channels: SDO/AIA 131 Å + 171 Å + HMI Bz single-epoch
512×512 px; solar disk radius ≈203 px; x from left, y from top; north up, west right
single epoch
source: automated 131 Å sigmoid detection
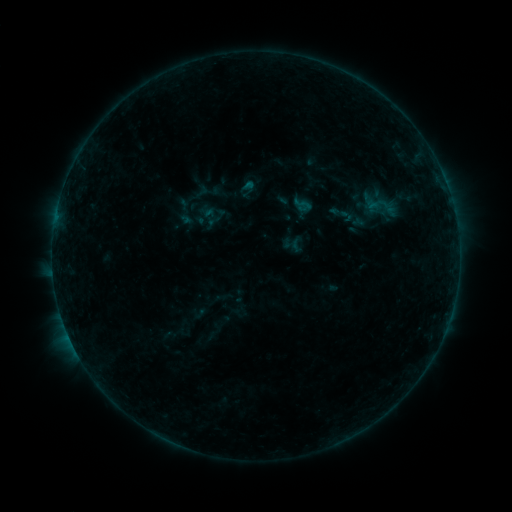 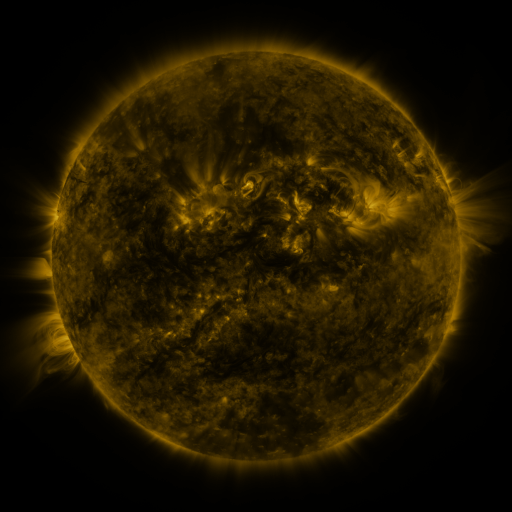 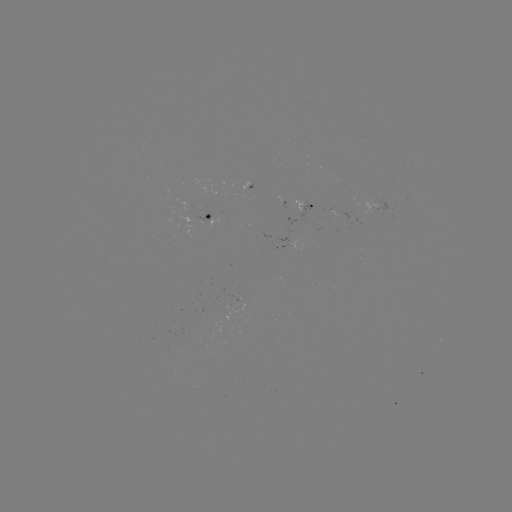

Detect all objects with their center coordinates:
sigmoid: [329, 201, 350, 223]
